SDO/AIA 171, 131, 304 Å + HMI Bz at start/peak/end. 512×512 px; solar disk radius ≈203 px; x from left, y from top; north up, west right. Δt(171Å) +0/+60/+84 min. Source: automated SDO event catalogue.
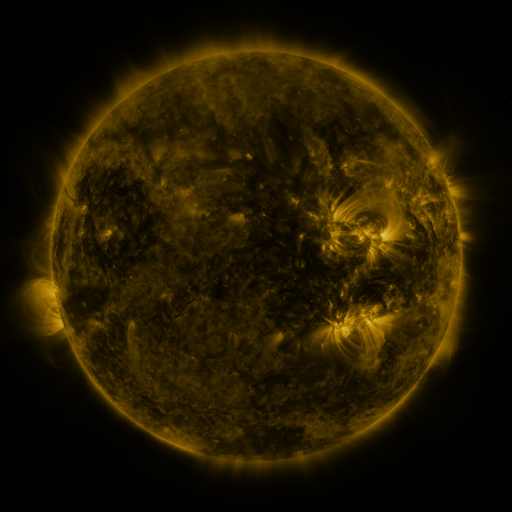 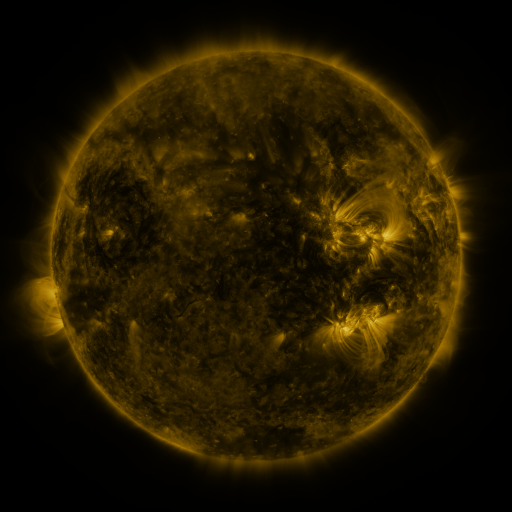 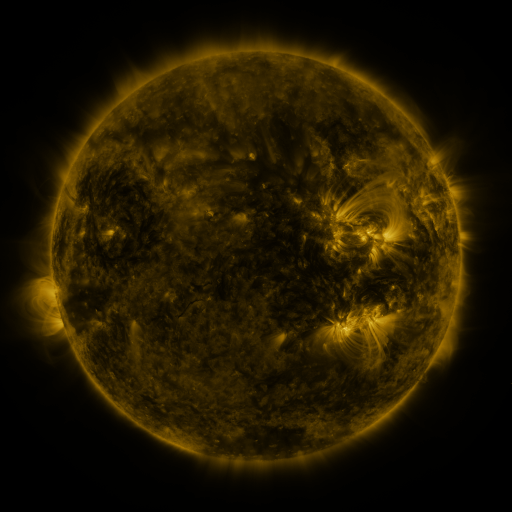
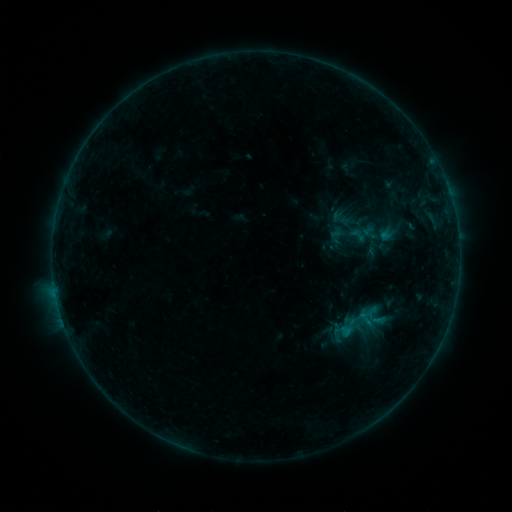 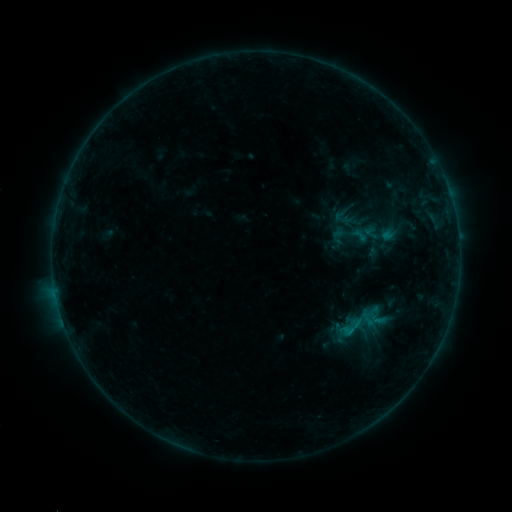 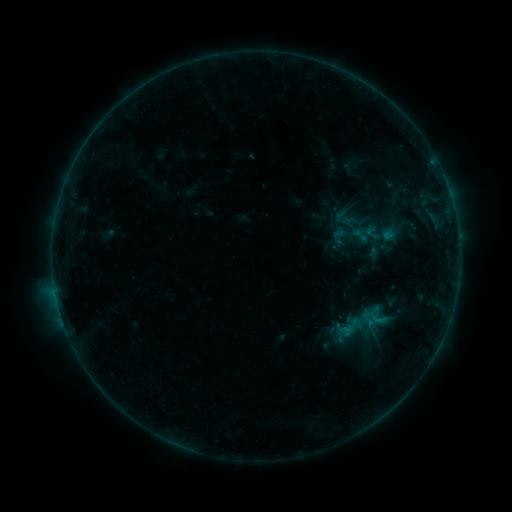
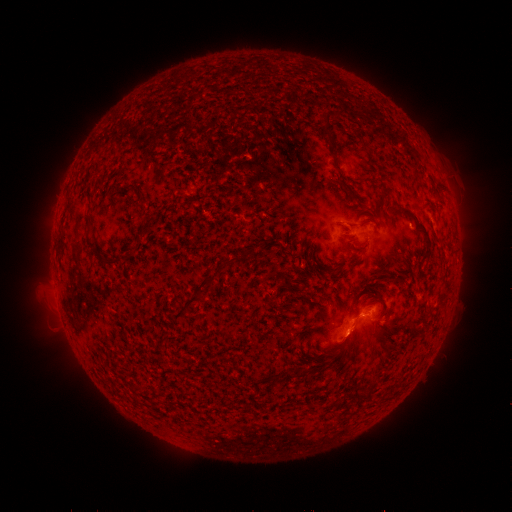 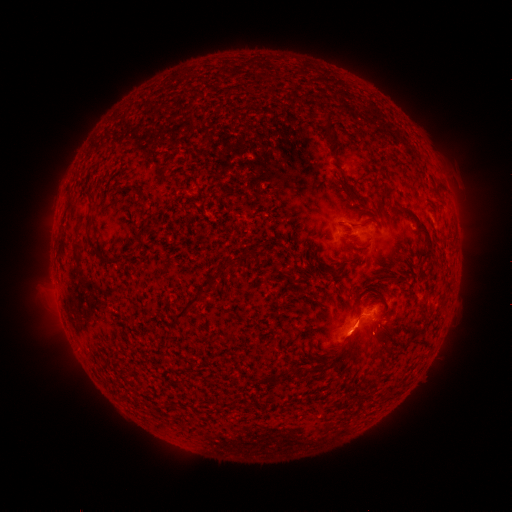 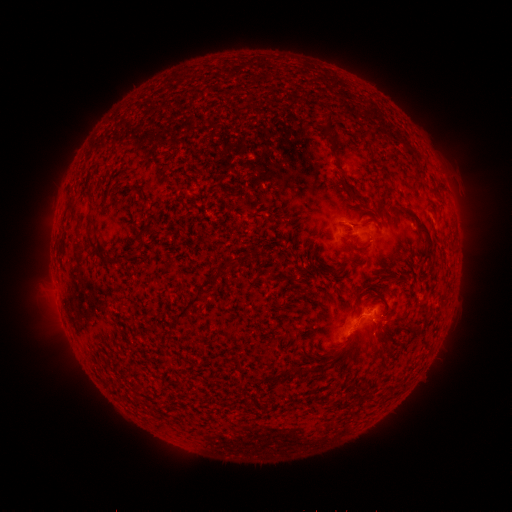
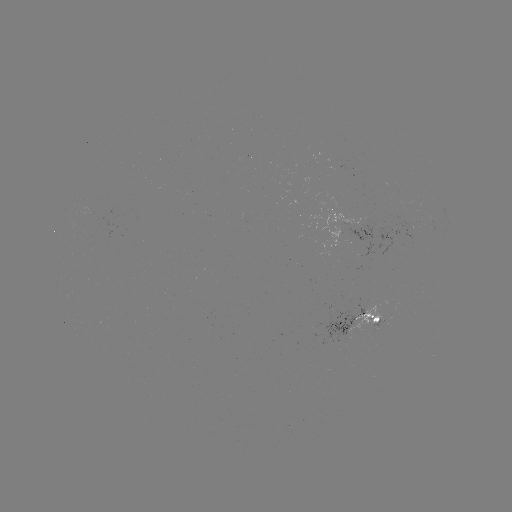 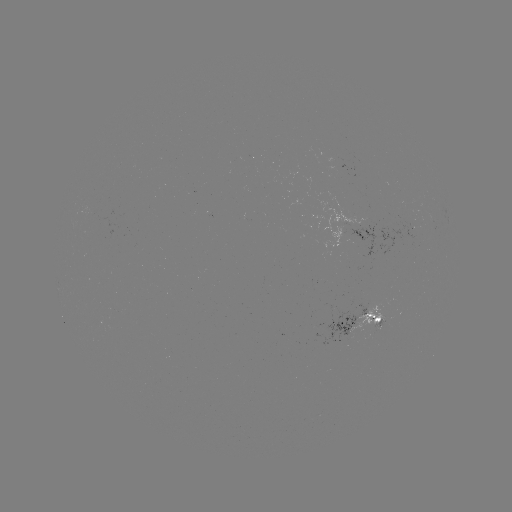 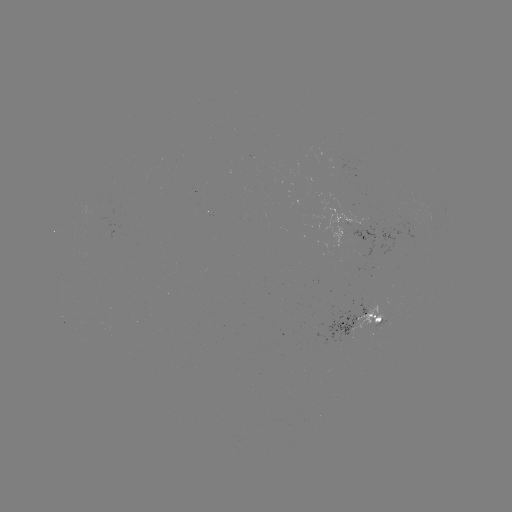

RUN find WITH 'emerging-flux region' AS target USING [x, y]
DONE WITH [338, 163] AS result